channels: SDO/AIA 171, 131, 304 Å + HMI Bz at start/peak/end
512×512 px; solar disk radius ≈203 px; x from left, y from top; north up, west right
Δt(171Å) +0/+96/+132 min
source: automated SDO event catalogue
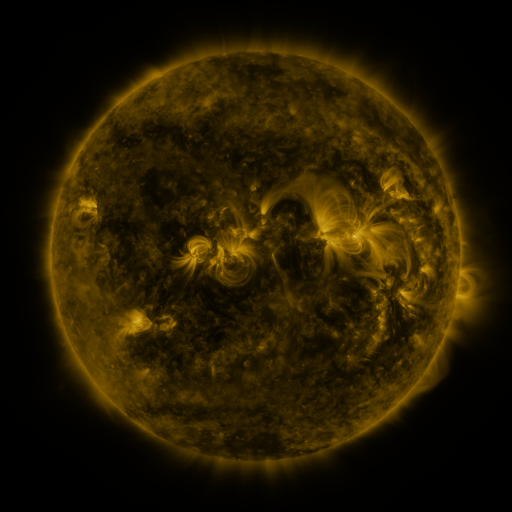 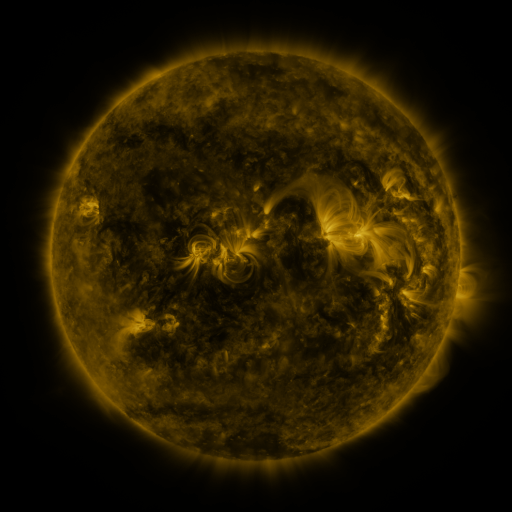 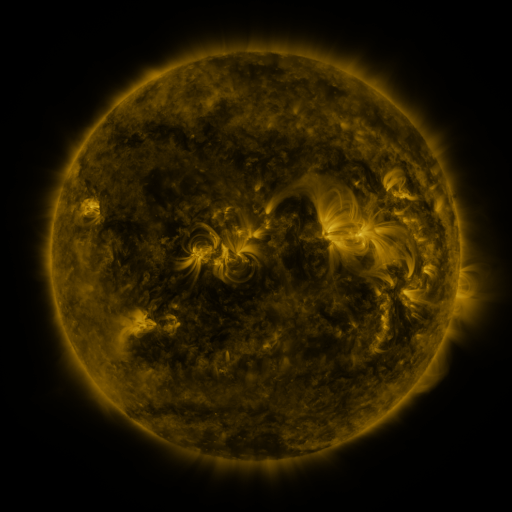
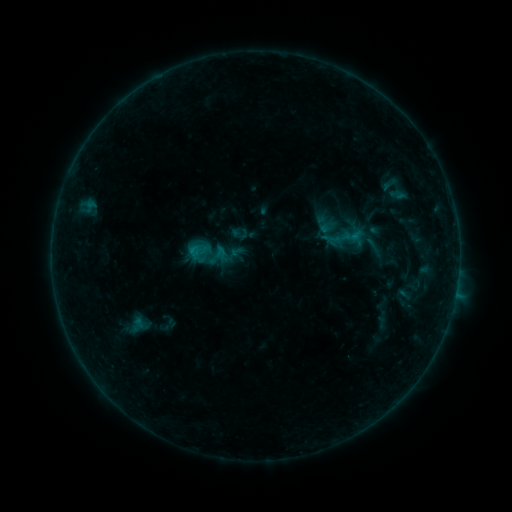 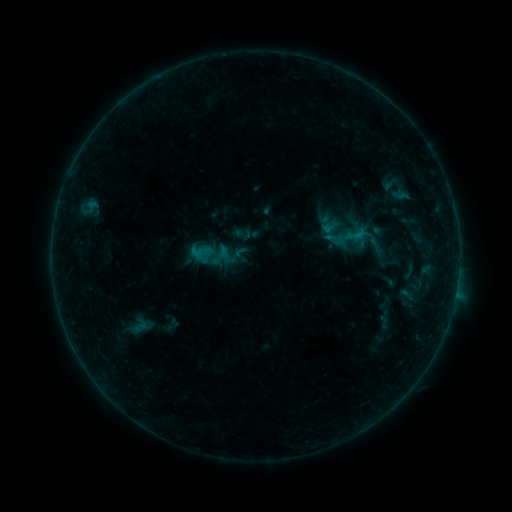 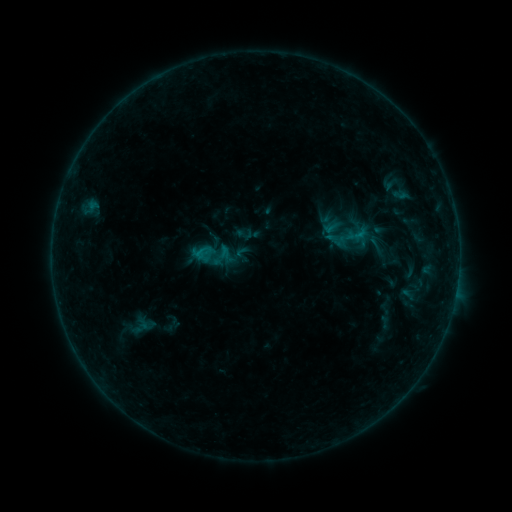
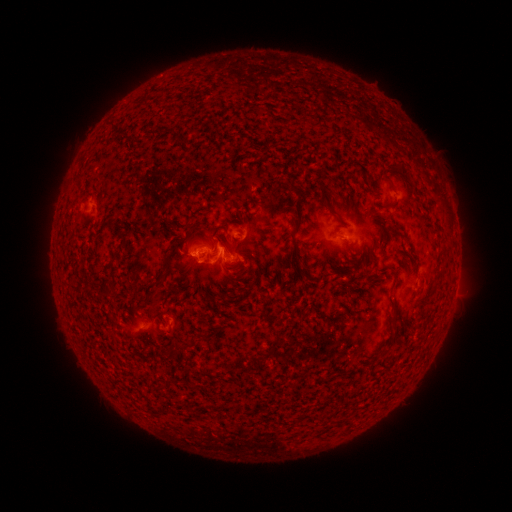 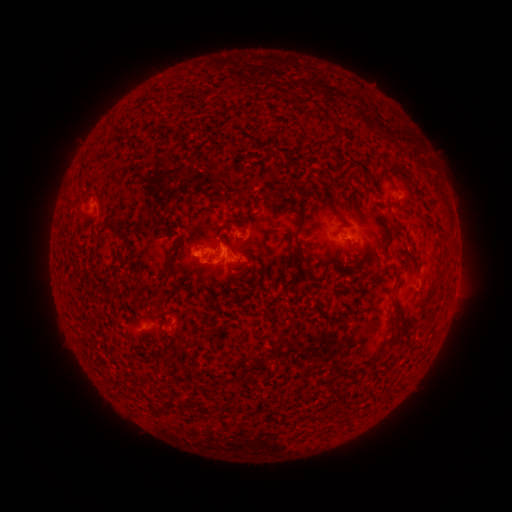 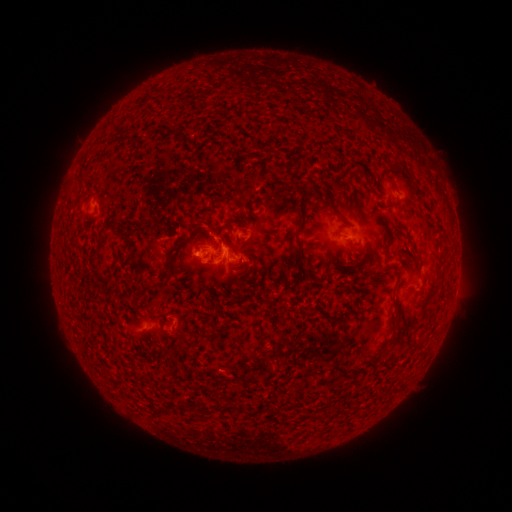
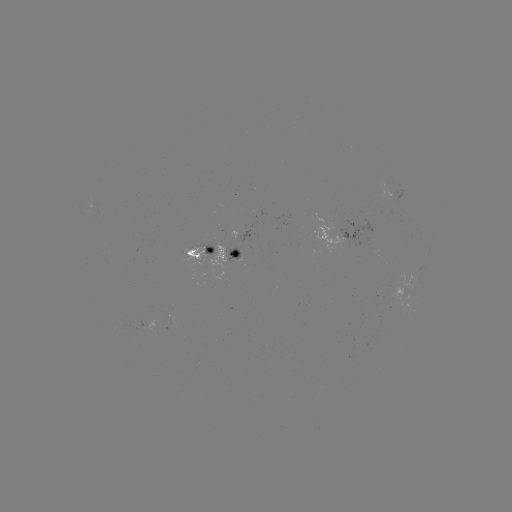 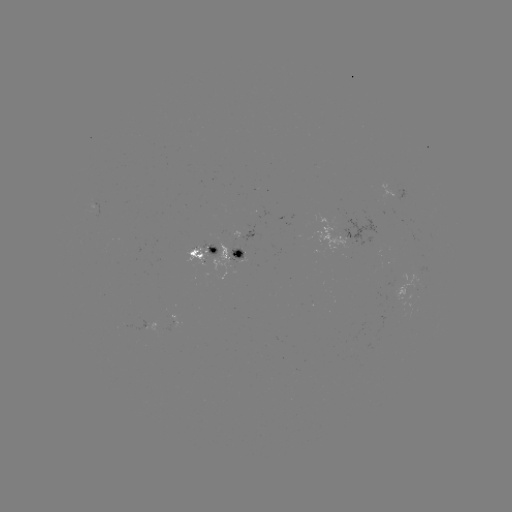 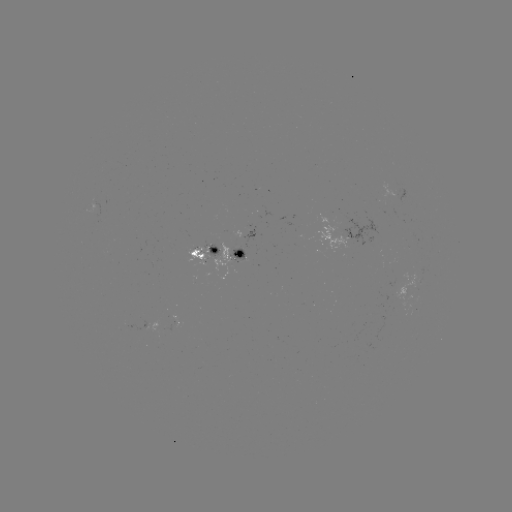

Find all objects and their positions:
emerging-flux region: (399, 296)
